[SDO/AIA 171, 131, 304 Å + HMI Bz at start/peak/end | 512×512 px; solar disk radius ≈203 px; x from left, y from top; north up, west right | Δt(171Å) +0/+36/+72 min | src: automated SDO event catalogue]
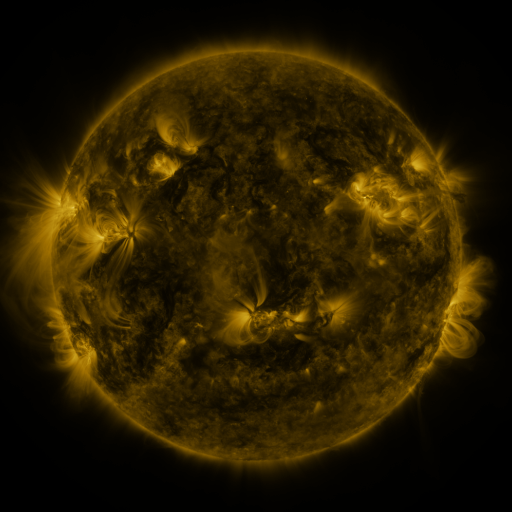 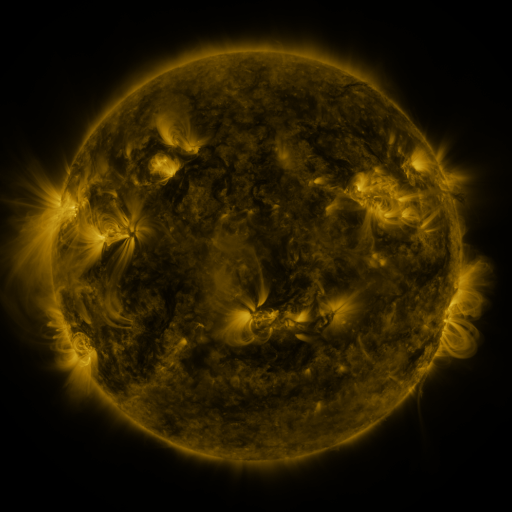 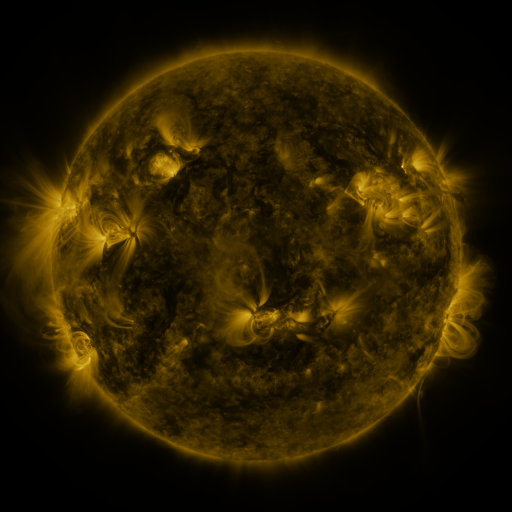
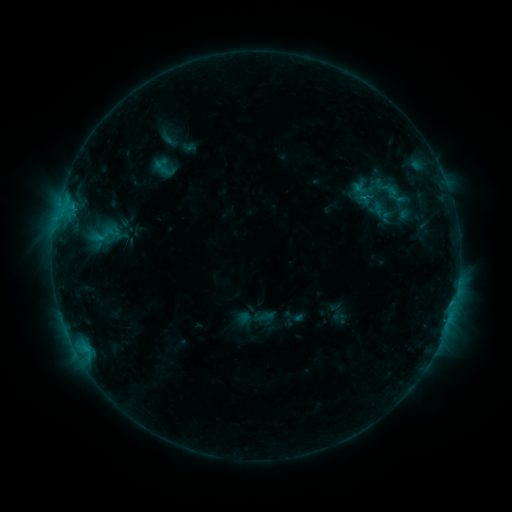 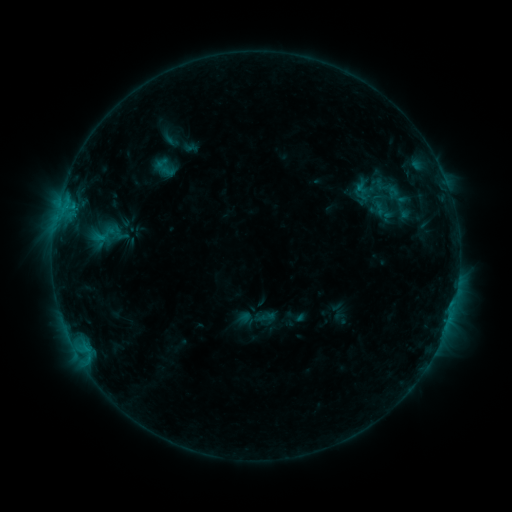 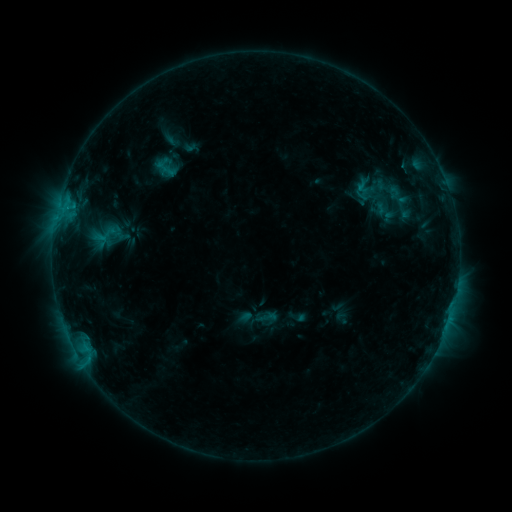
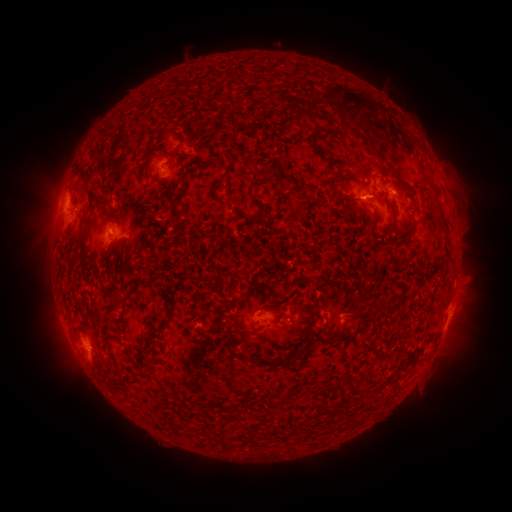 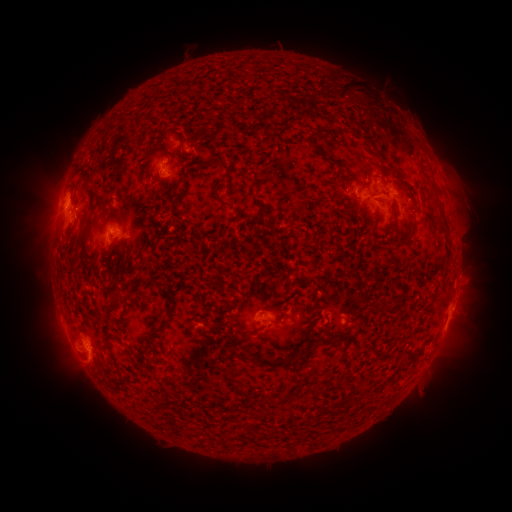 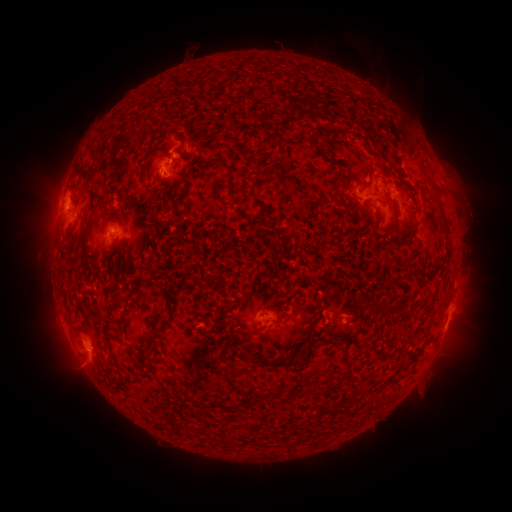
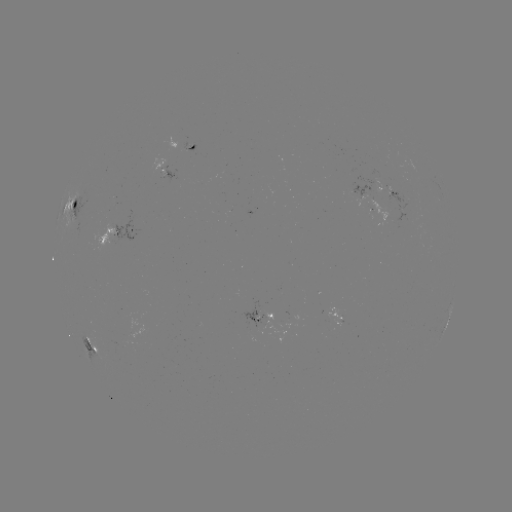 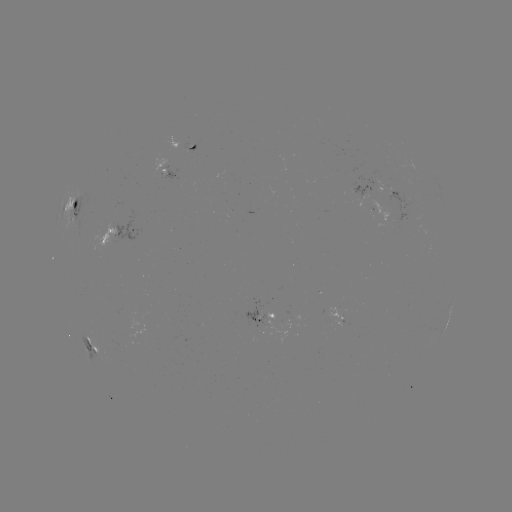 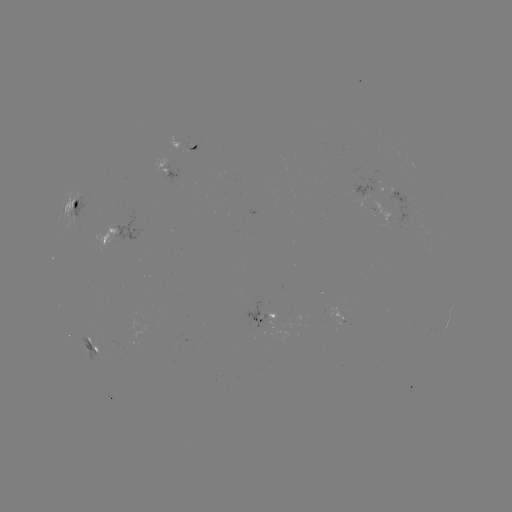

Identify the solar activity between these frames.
eruption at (360, 99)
